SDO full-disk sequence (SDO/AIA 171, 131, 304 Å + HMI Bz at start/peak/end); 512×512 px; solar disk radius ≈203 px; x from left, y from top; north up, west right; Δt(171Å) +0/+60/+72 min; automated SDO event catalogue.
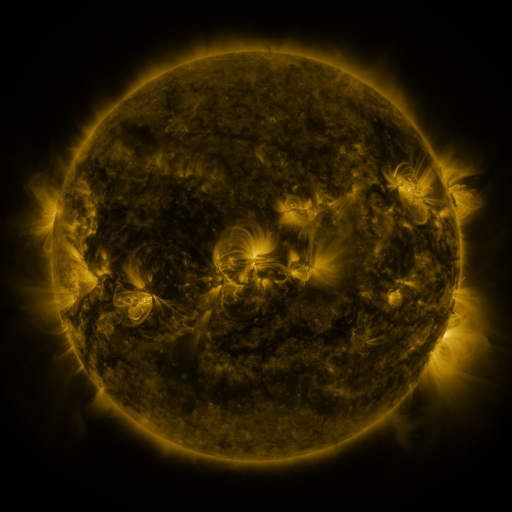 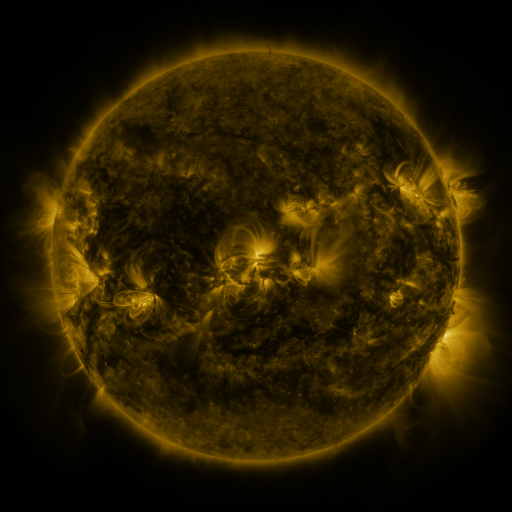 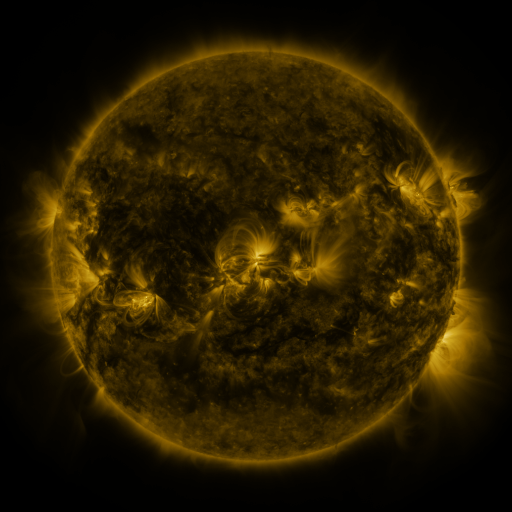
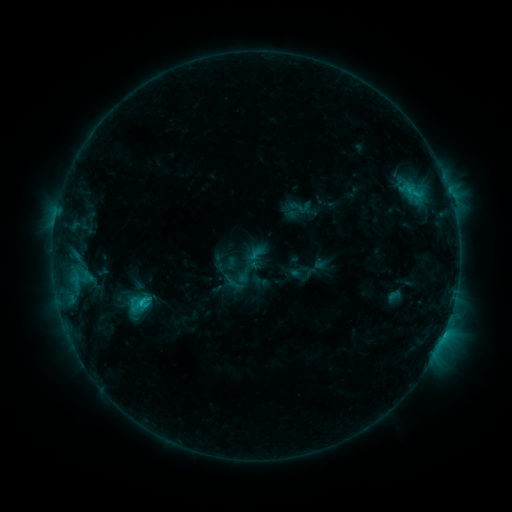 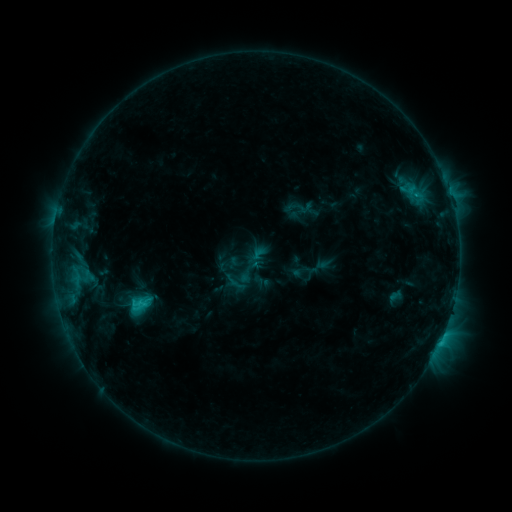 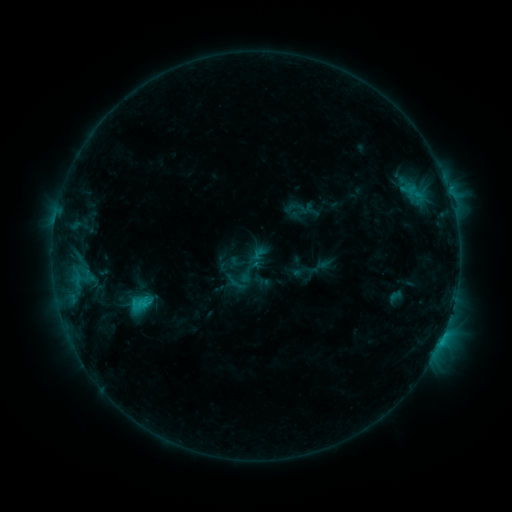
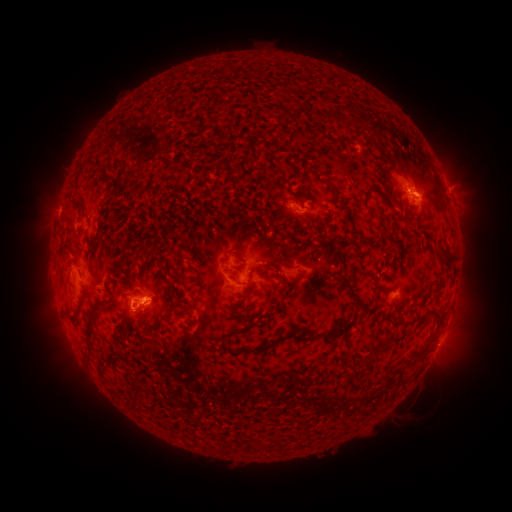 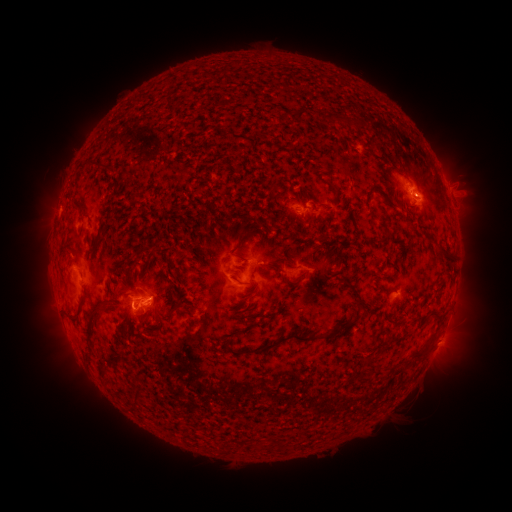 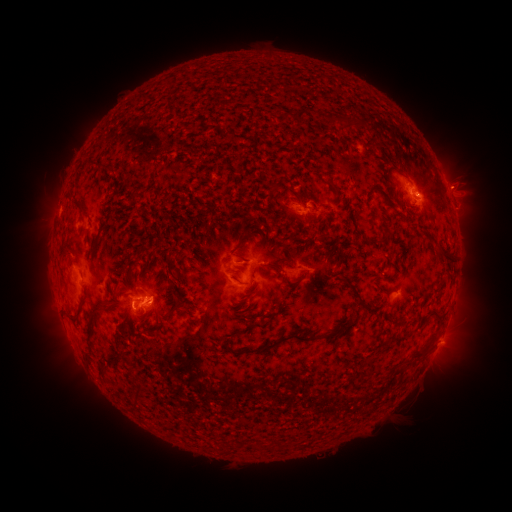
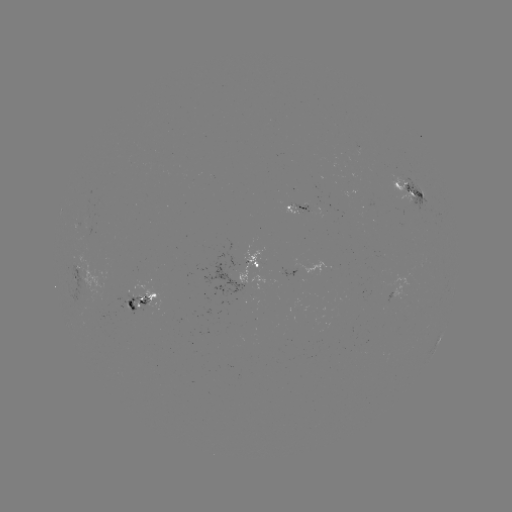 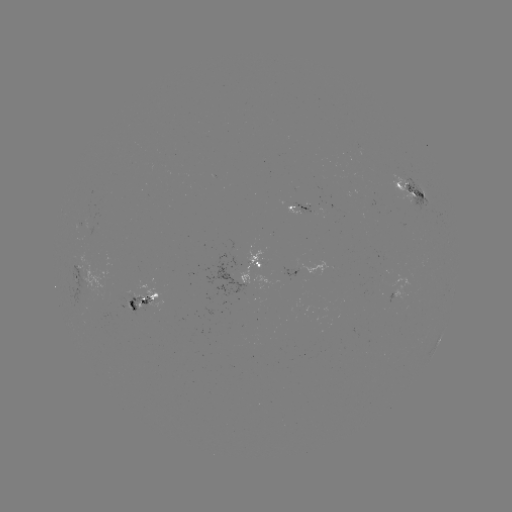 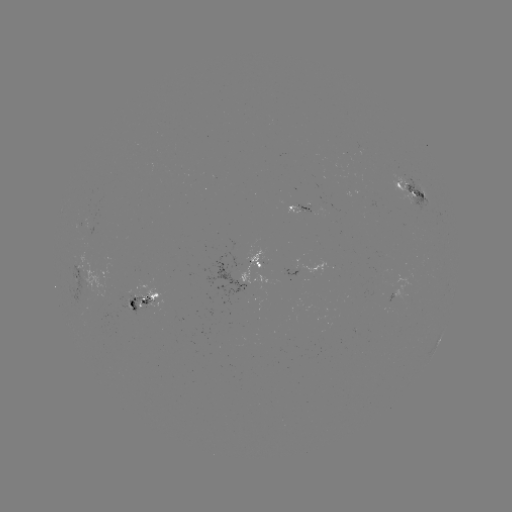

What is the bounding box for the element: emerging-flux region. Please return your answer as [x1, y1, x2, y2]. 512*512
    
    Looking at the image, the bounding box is [197, 253, 248, 304].